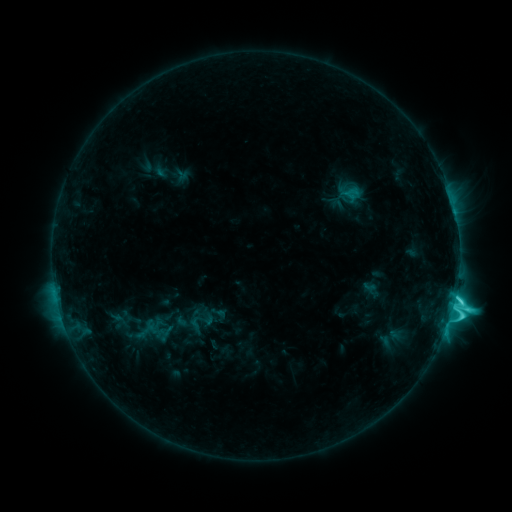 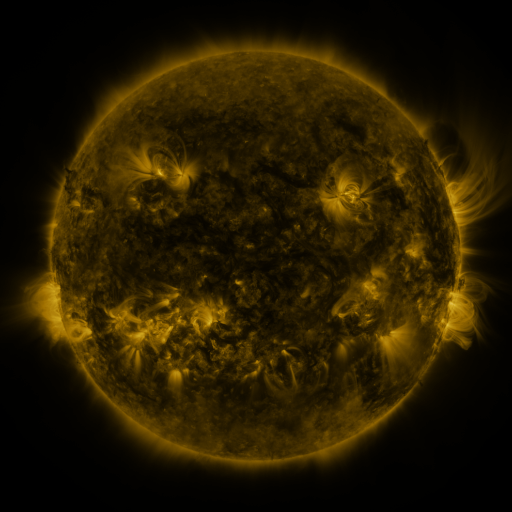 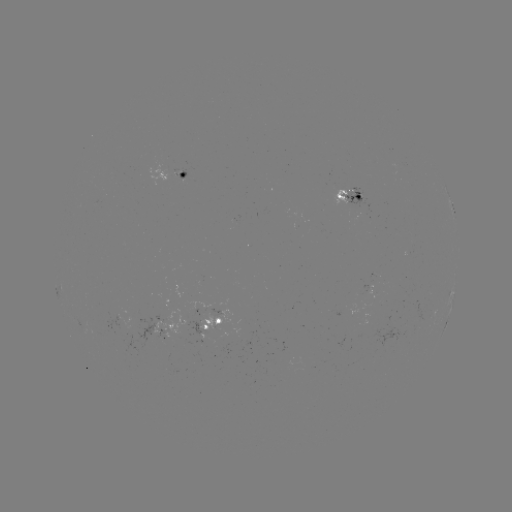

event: sigmoid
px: (201, 323)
